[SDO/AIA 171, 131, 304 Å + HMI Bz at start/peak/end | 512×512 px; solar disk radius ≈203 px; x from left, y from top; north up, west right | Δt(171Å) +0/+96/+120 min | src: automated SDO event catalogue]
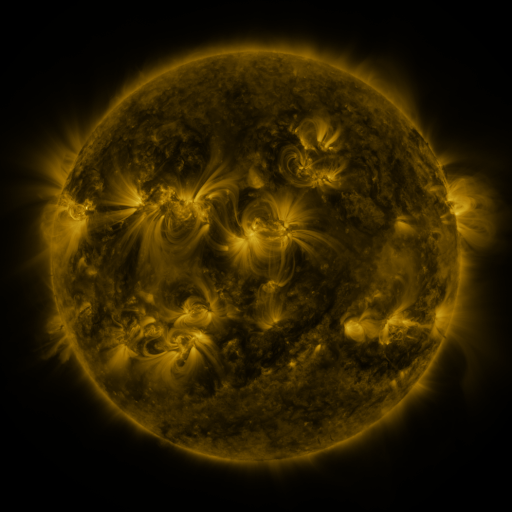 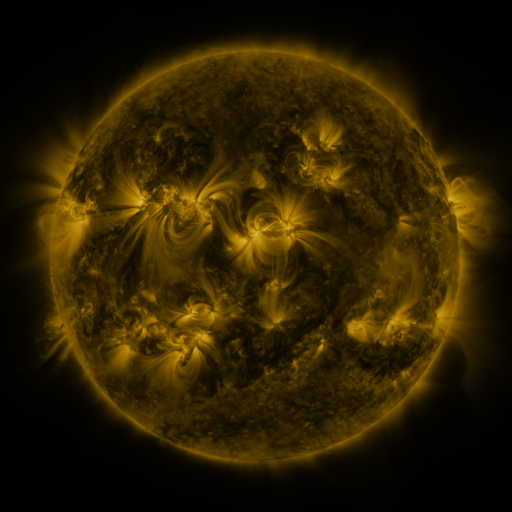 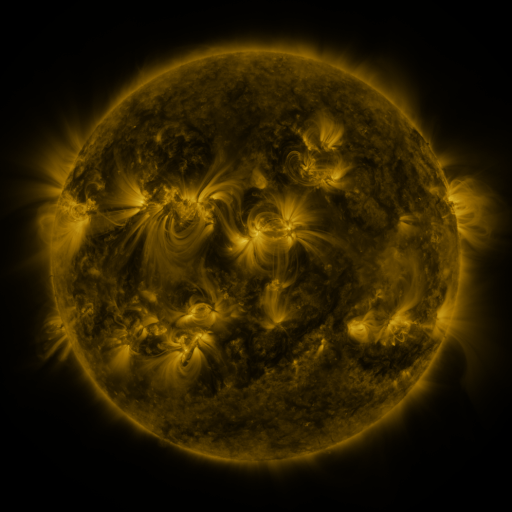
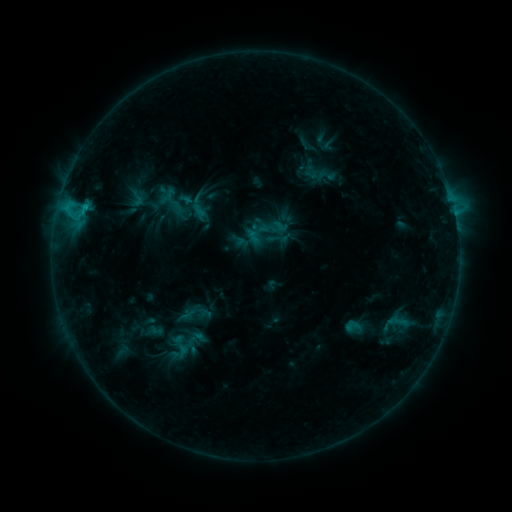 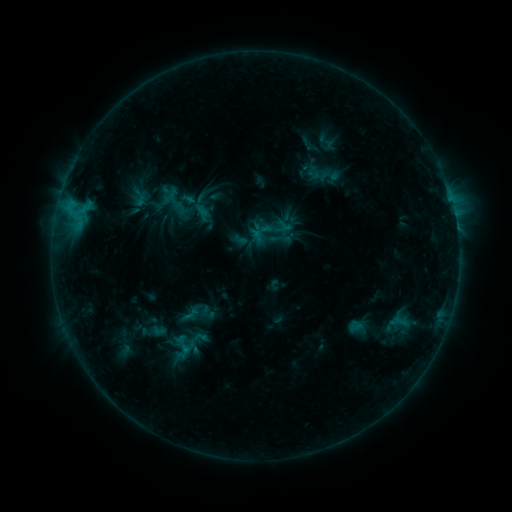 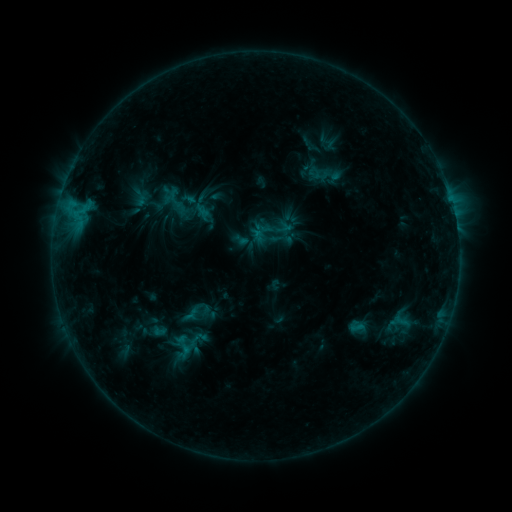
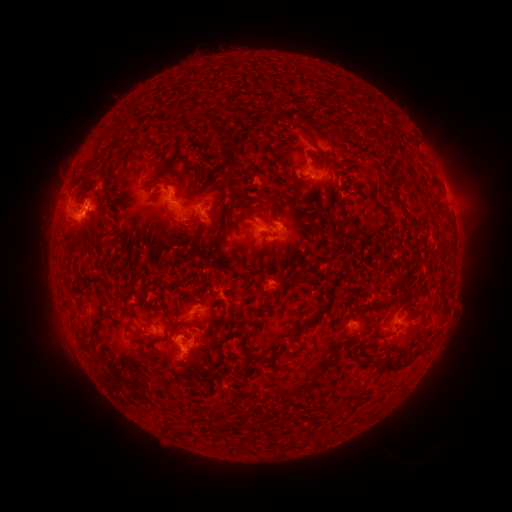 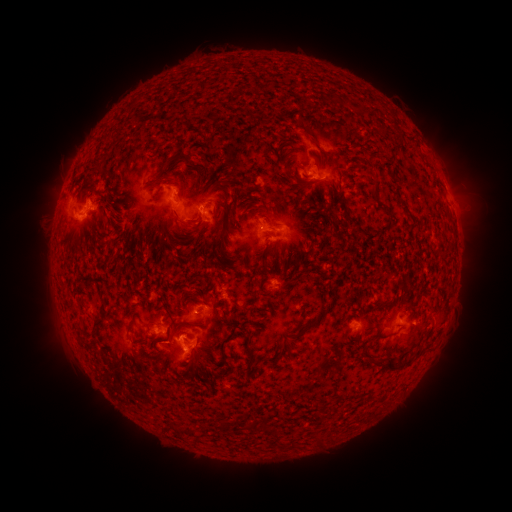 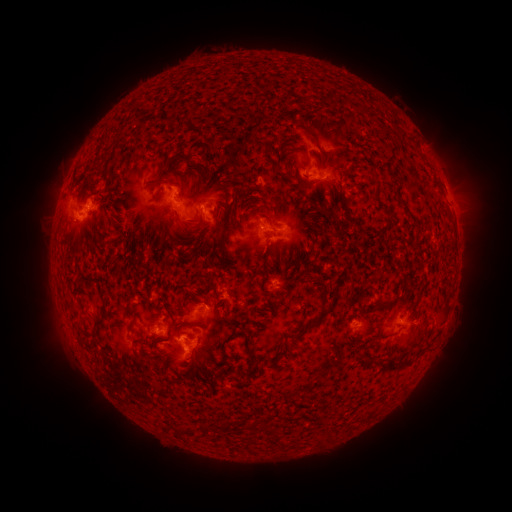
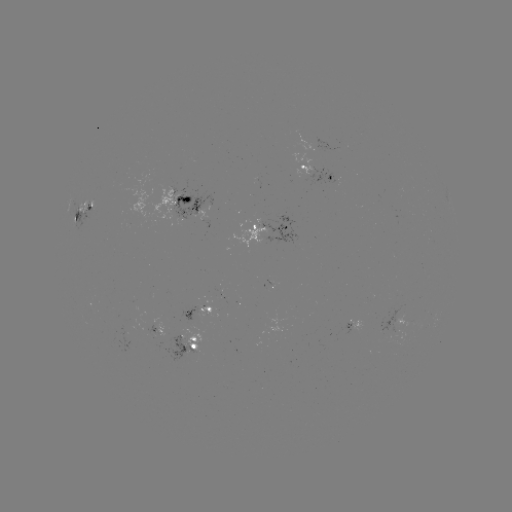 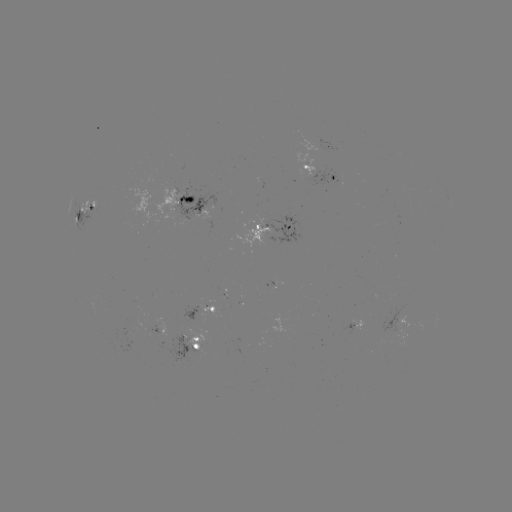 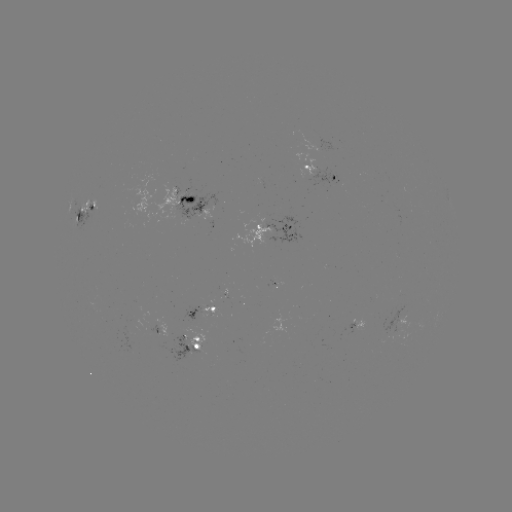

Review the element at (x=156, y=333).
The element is emerging-flux region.